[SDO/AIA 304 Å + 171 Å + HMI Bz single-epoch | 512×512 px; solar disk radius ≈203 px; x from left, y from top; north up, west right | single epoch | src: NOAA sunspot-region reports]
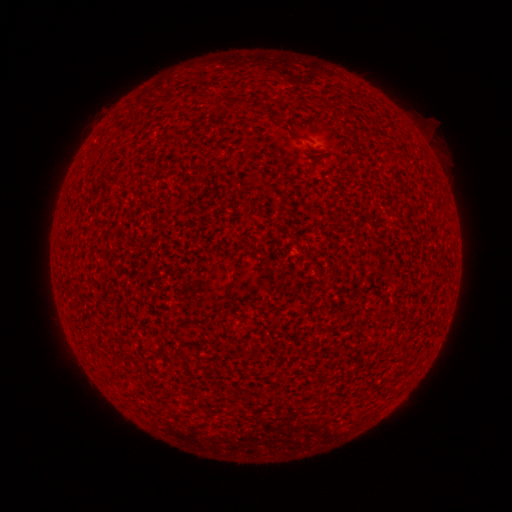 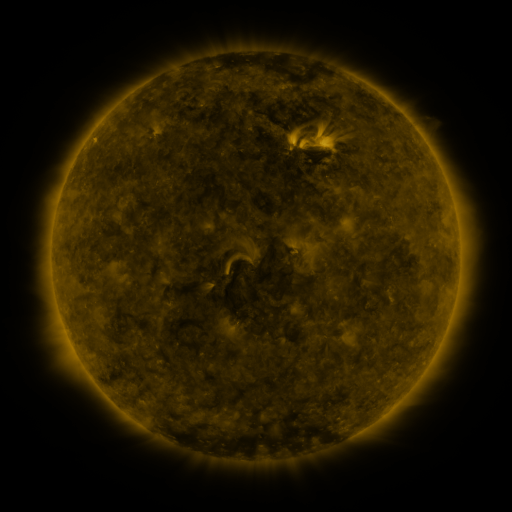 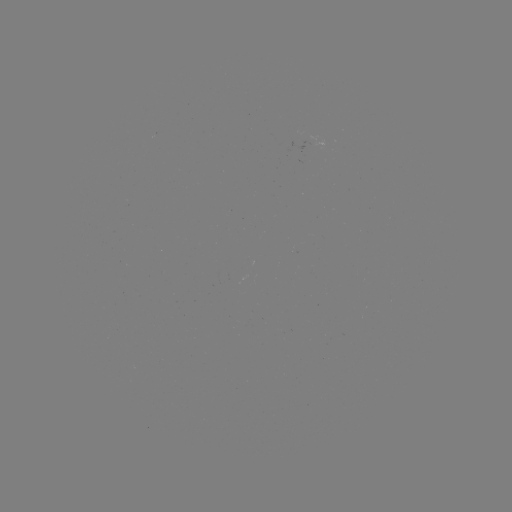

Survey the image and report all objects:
(none)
